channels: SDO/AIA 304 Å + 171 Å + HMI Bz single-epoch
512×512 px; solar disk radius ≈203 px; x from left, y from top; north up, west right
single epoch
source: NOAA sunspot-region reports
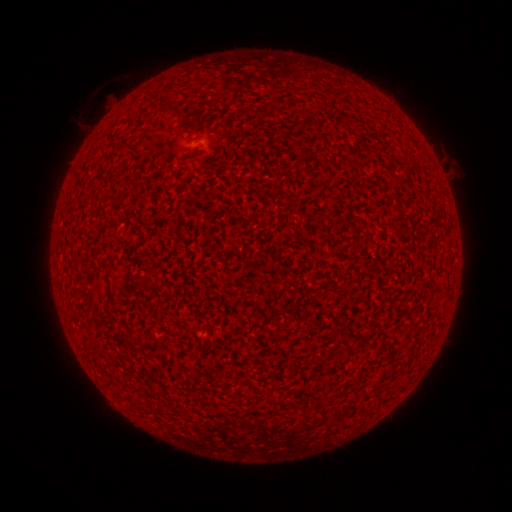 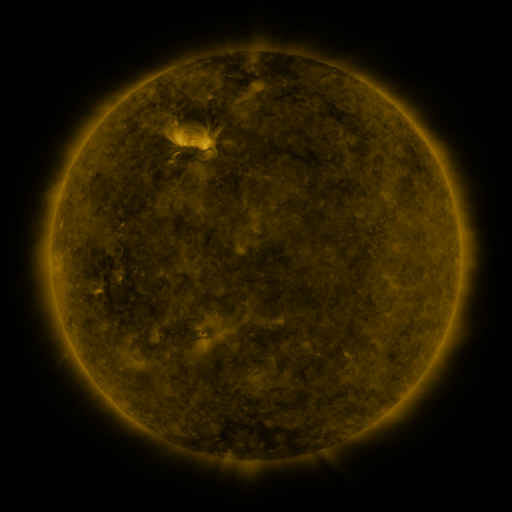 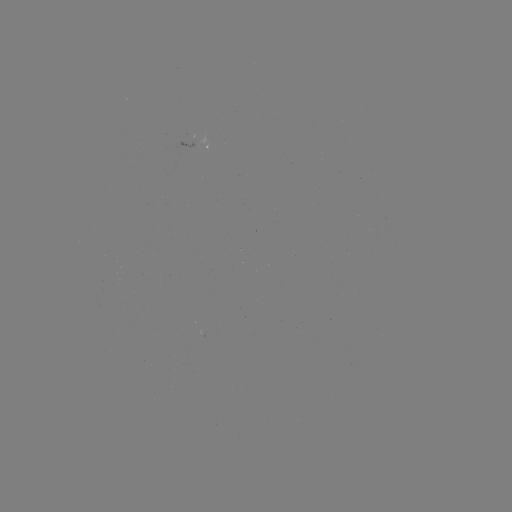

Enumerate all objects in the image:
(none)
